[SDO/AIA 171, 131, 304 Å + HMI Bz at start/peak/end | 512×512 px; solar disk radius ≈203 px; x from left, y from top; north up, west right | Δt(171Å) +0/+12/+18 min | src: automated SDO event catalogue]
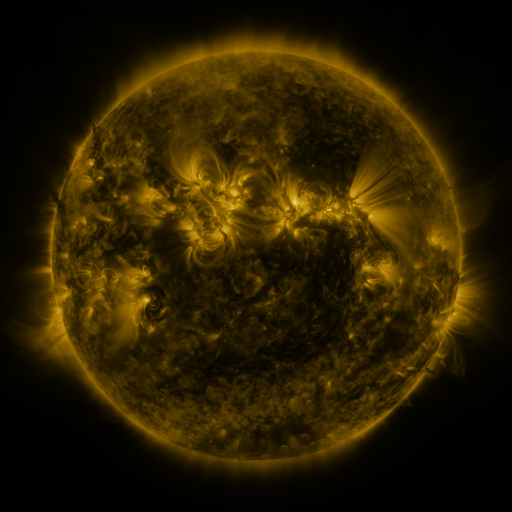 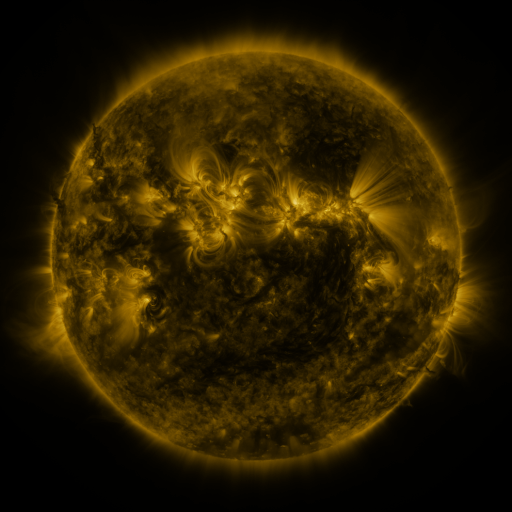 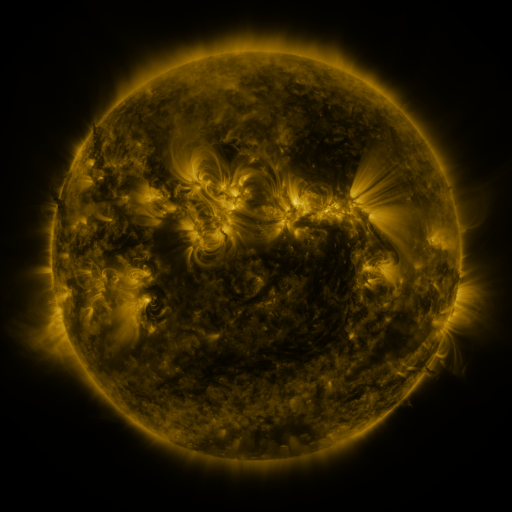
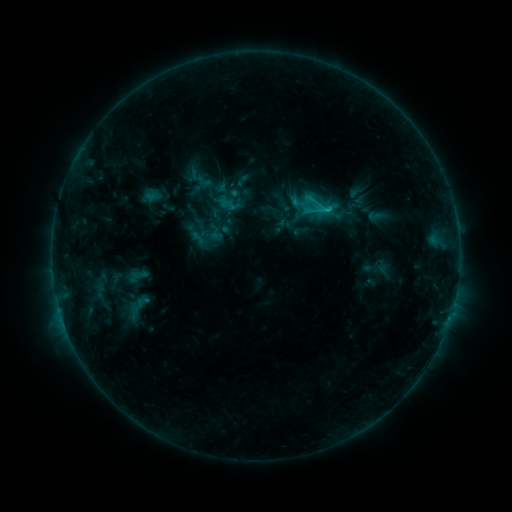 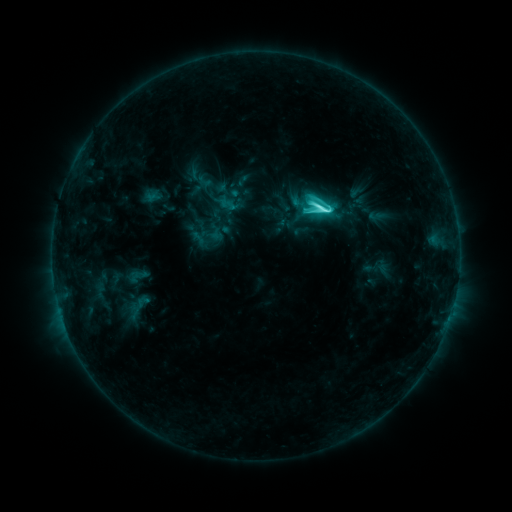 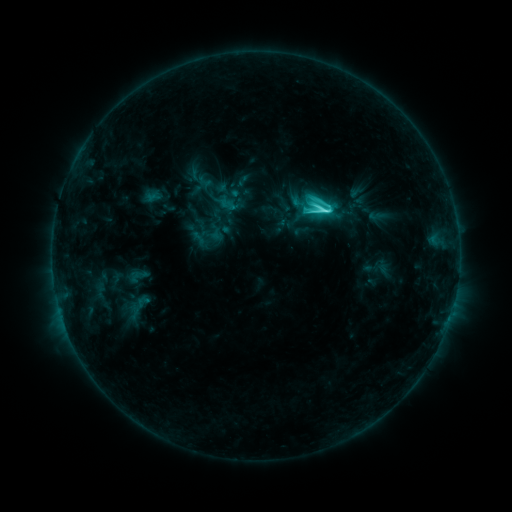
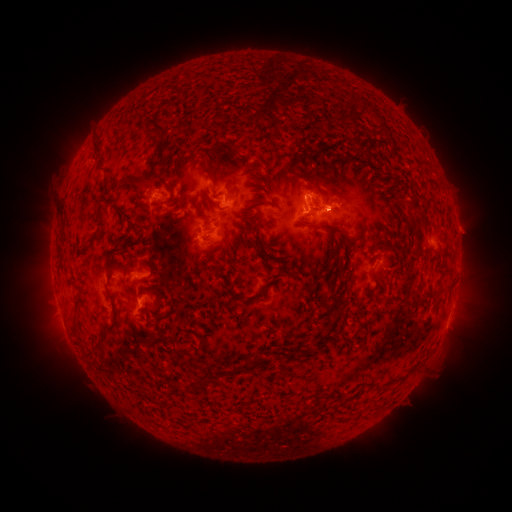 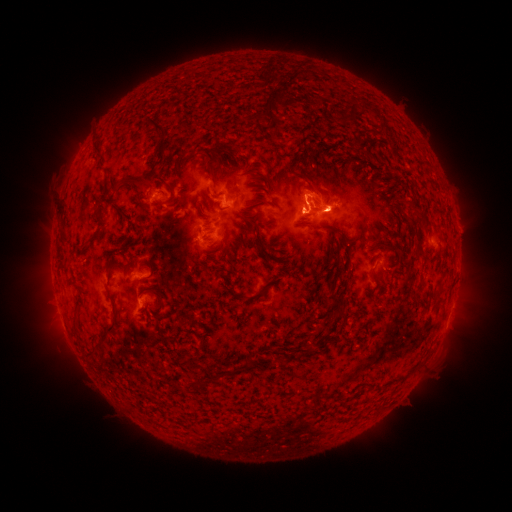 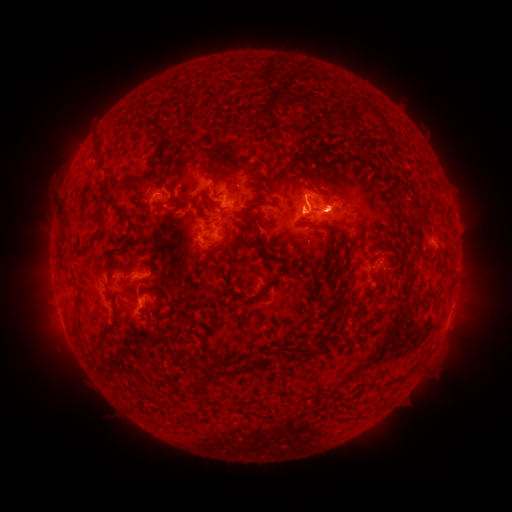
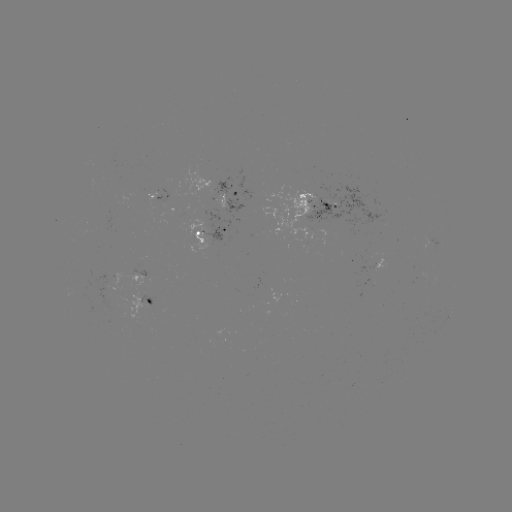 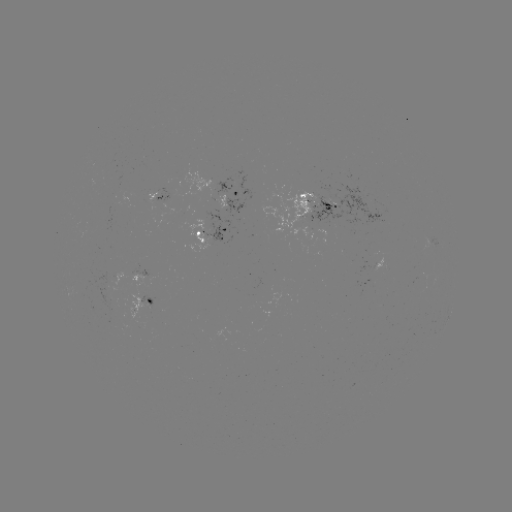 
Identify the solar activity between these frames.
C5.8 flare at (317, 210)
